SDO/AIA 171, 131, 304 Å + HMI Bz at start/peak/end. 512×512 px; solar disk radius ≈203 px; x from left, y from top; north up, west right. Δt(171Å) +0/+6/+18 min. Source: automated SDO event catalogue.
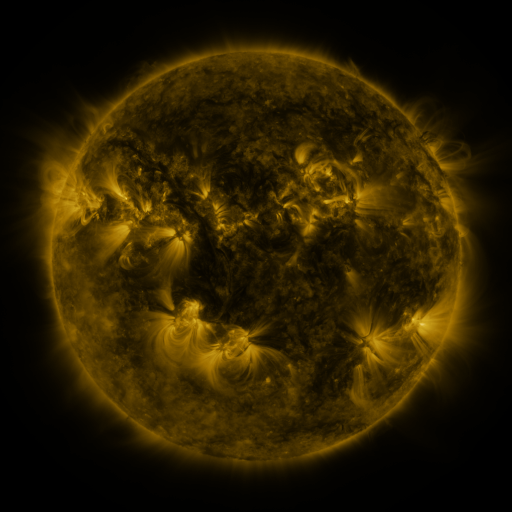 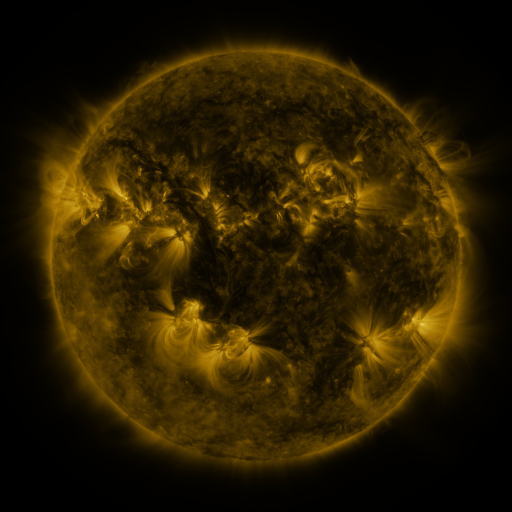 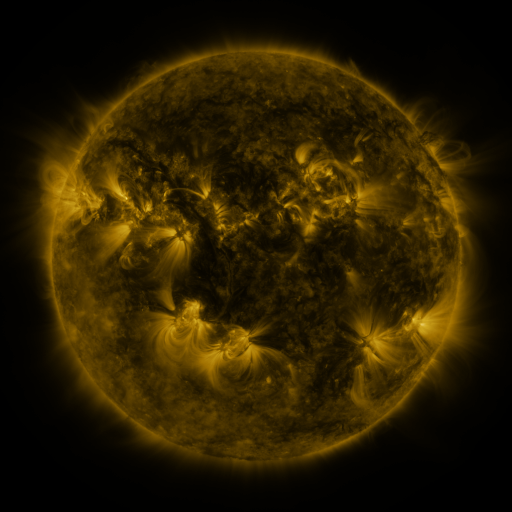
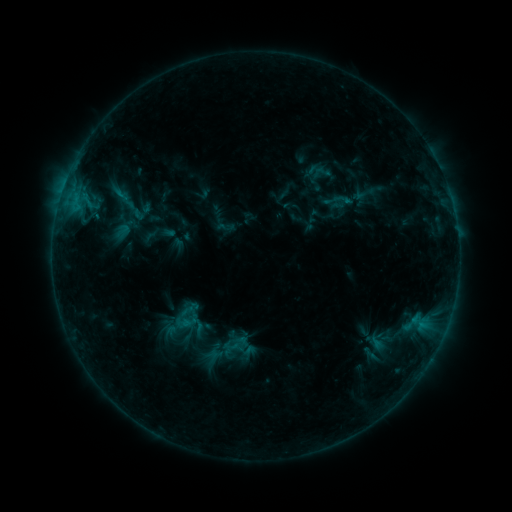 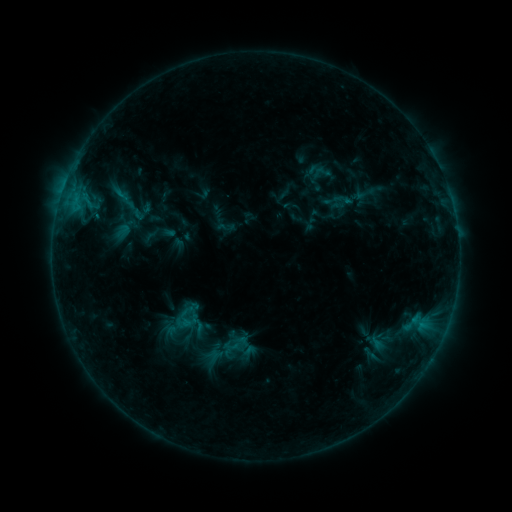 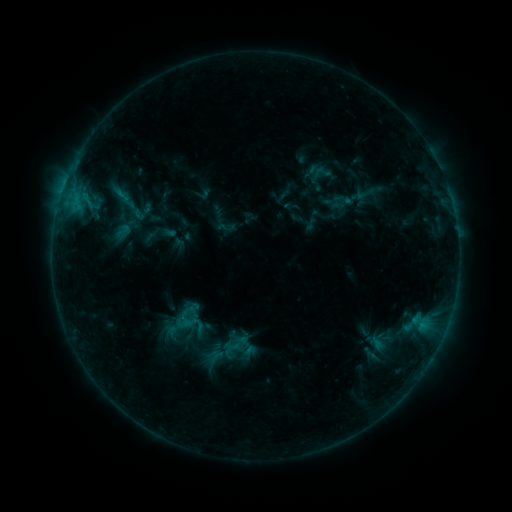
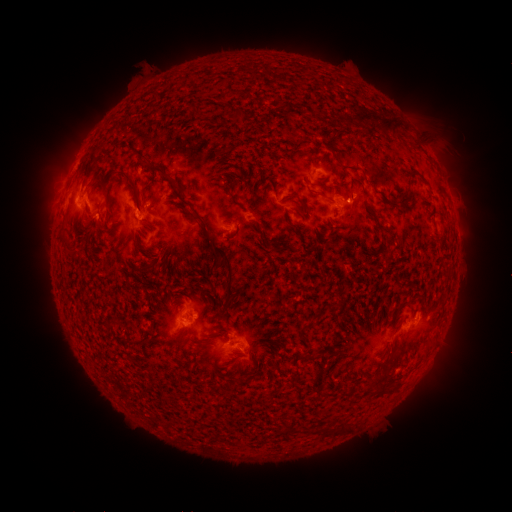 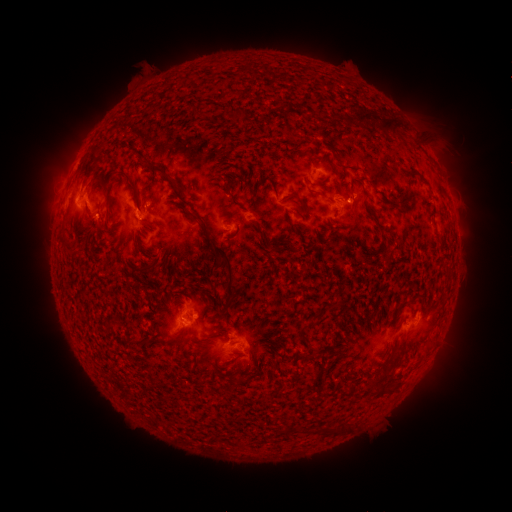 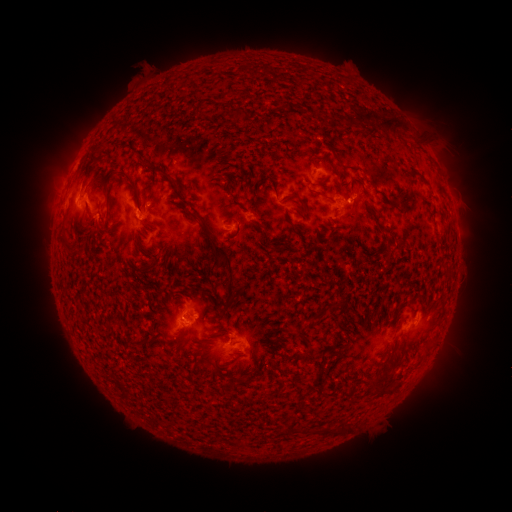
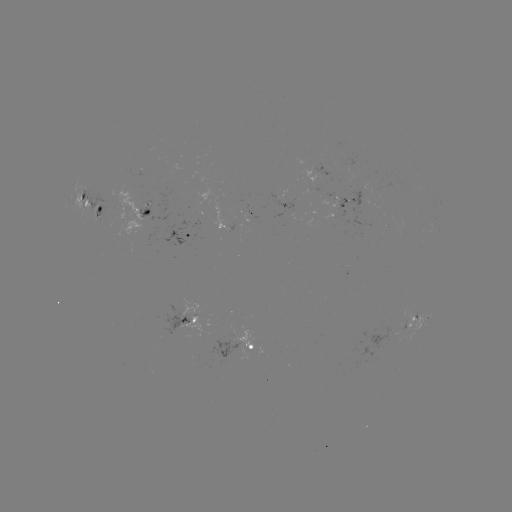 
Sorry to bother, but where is eruption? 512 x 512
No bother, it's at [62, 189].